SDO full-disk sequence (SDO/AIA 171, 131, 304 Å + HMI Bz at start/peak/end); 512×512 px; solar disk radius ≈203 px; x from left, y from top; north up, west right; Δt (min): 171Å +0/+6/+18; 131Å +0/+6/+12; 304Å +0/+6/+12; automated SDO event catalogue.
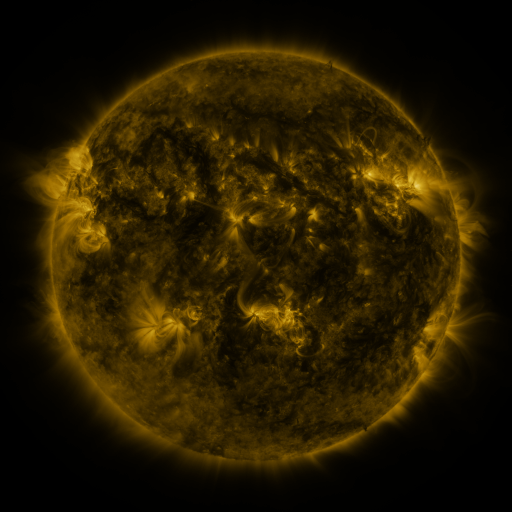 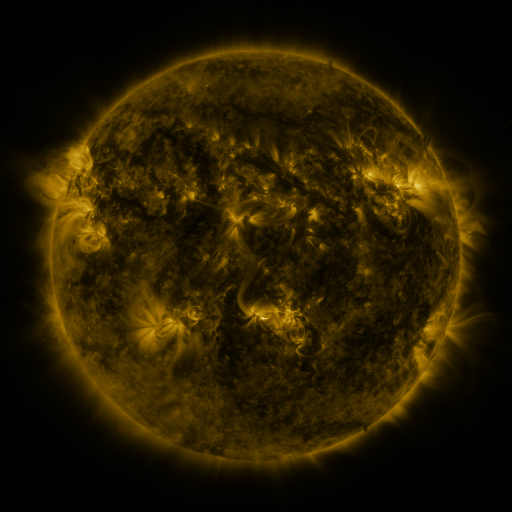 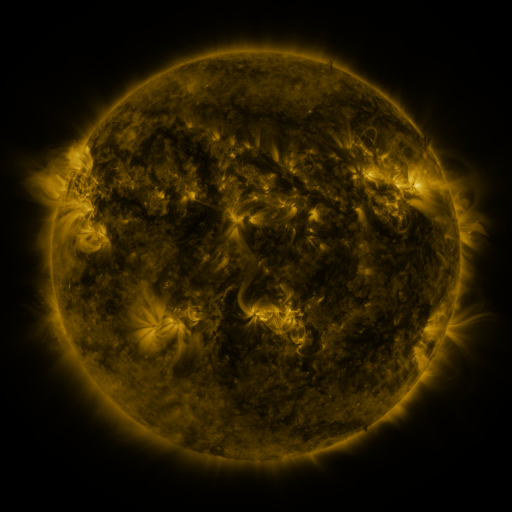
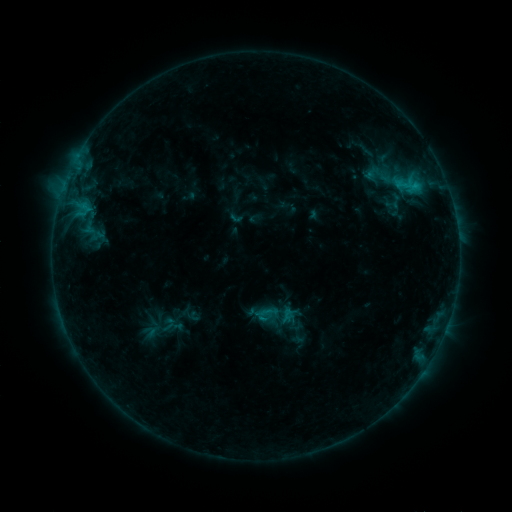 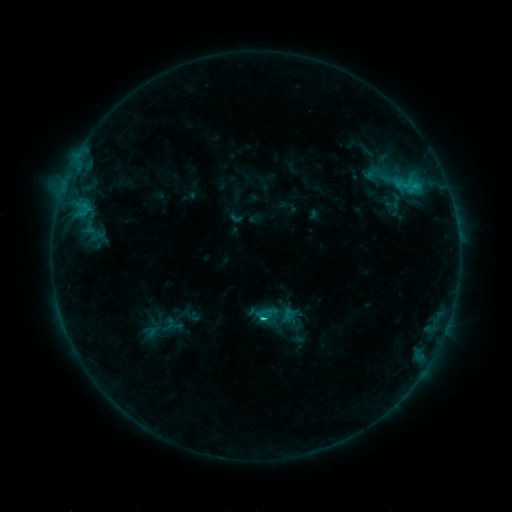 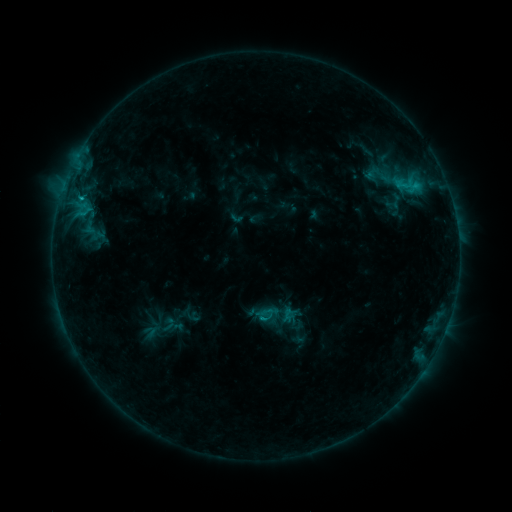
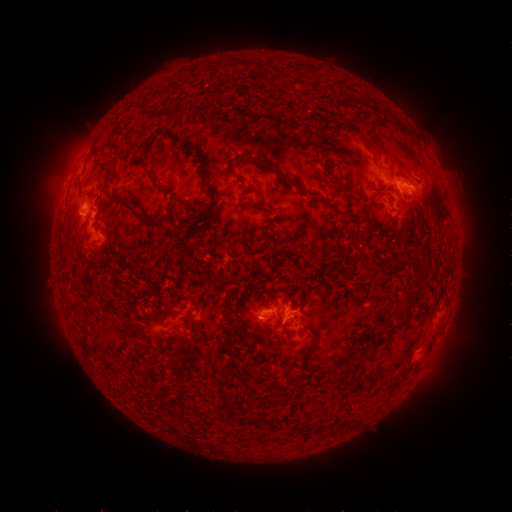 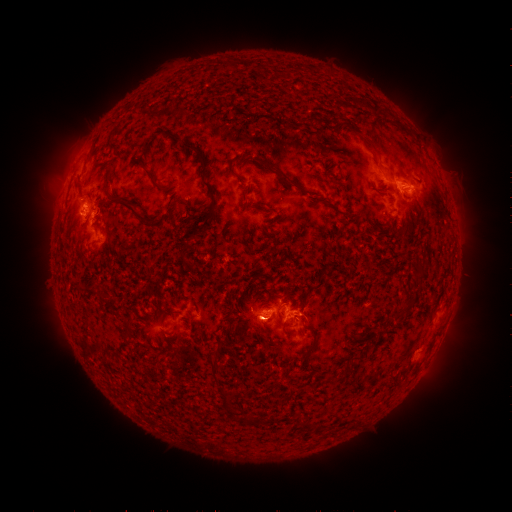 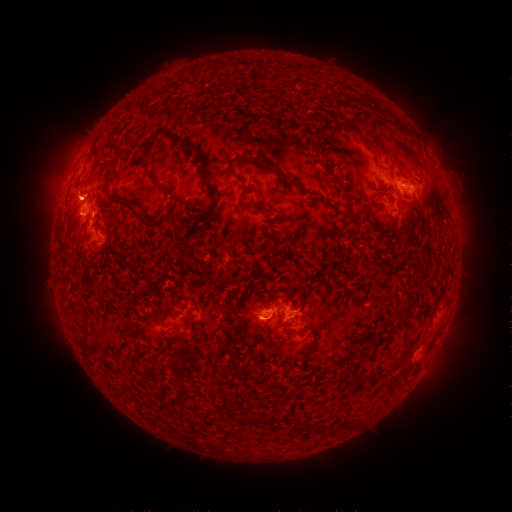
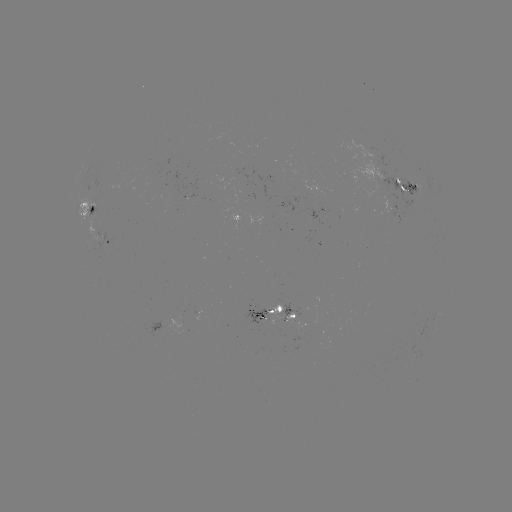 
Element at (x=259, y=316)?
C1.3 flare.